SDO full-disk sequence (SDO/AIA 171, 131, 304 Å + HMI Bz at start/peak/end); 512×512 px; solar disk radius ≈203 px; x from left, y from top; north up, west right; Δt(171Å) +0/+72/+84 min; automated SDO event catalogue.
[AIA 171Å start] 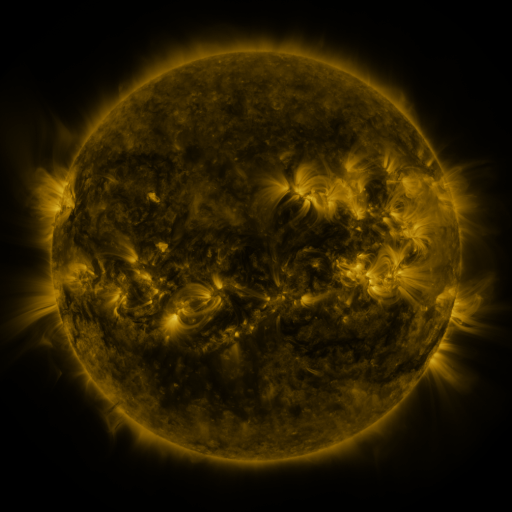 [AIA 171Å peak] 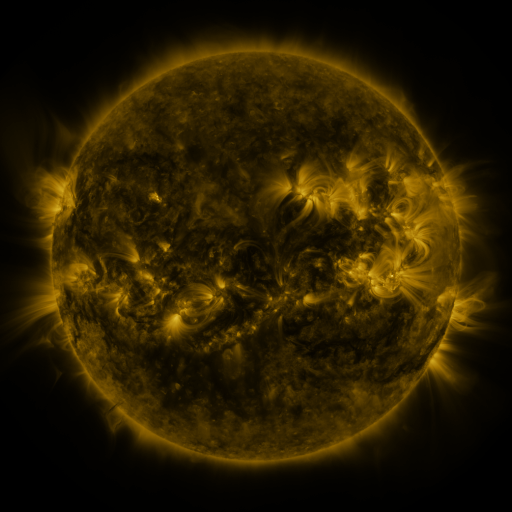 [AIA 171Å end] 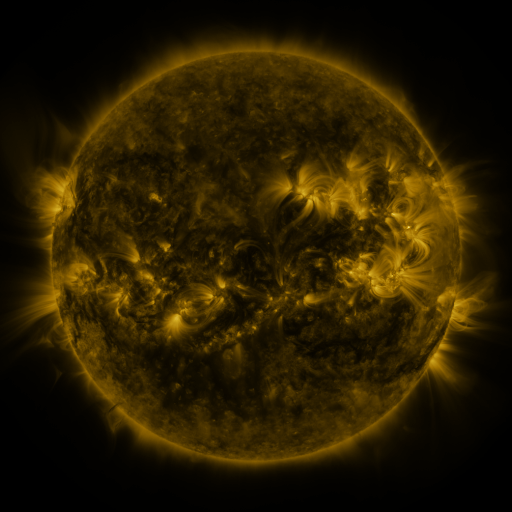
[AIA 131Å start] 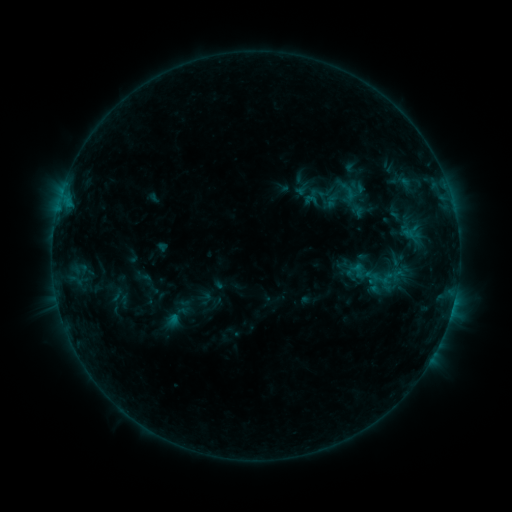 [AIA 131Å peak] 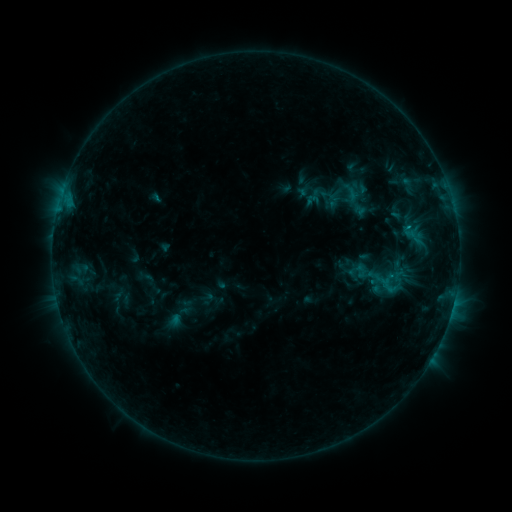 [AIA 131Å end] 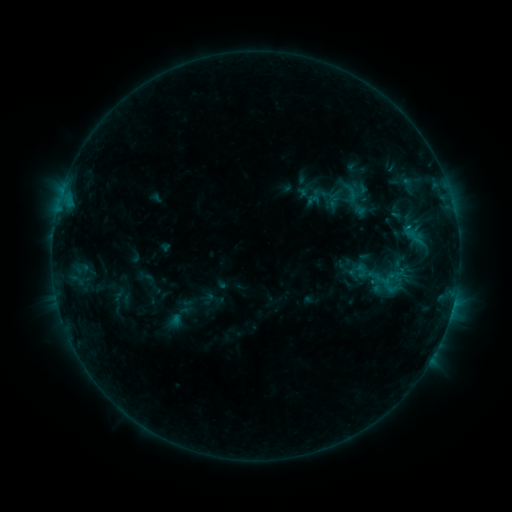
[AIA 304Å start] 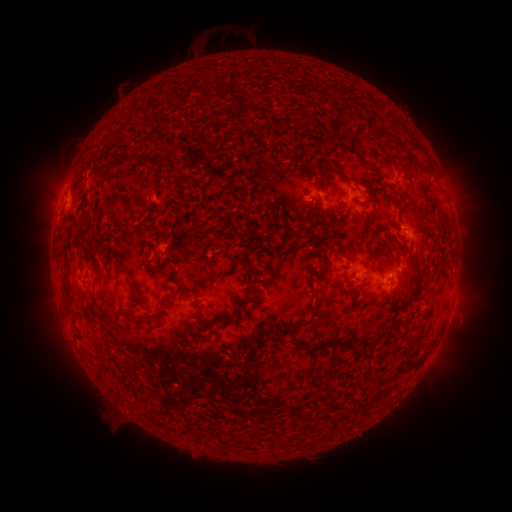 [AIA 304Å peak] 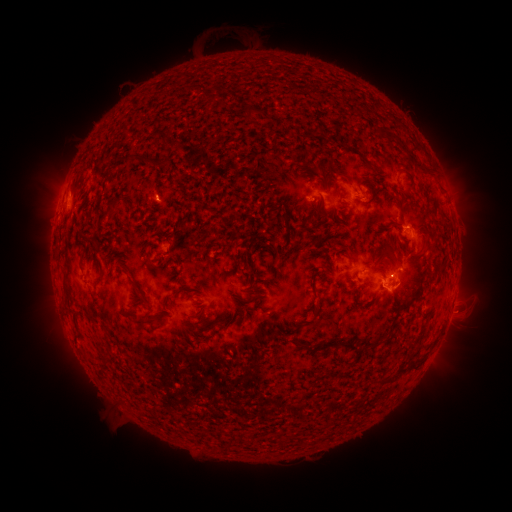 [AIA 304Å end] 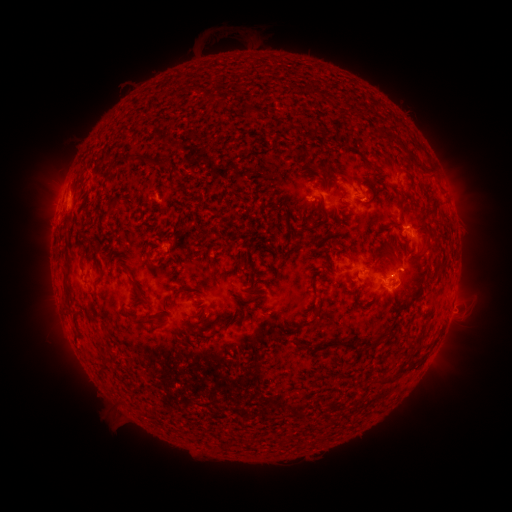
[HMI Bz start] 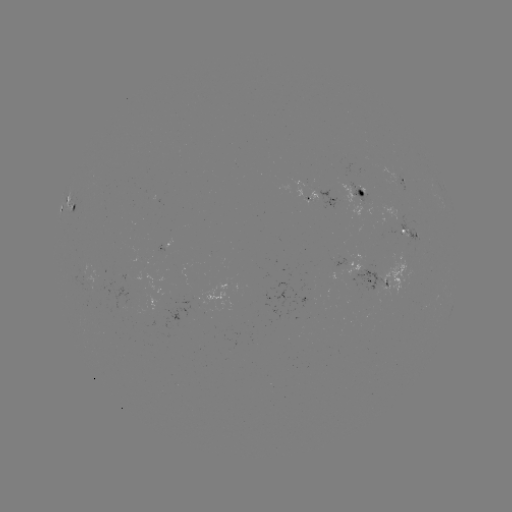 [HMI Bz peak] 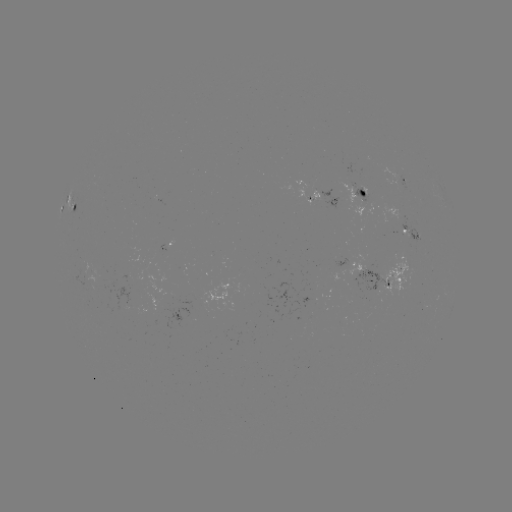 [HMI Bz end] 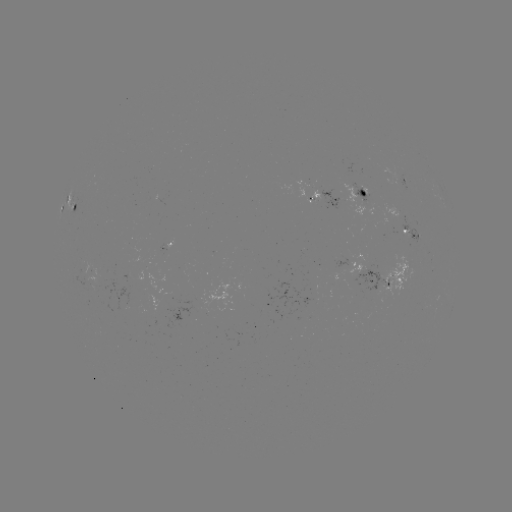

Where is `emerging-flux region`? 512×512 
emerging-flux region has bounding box [97, 271, 146, 311].